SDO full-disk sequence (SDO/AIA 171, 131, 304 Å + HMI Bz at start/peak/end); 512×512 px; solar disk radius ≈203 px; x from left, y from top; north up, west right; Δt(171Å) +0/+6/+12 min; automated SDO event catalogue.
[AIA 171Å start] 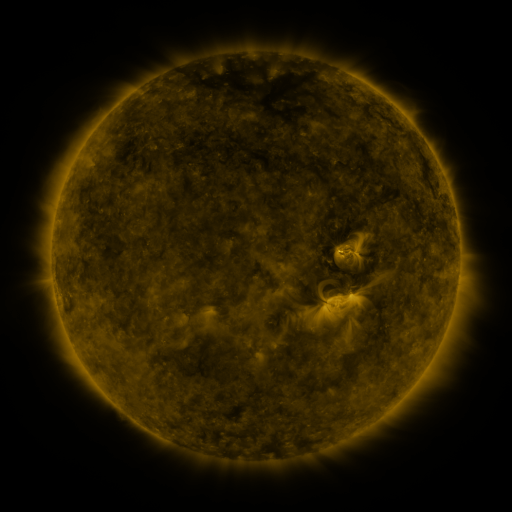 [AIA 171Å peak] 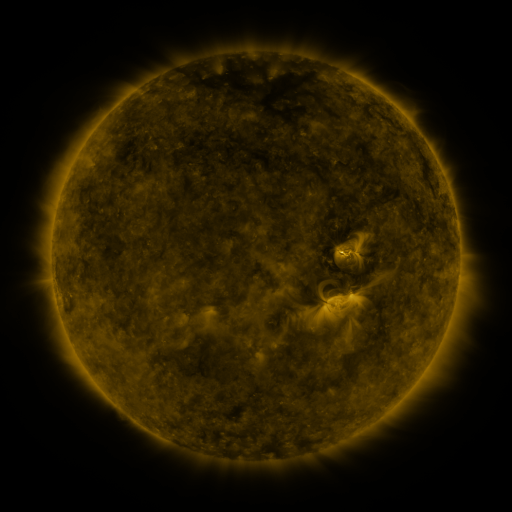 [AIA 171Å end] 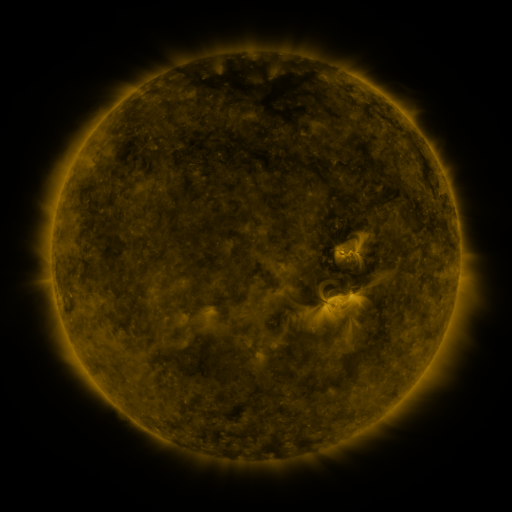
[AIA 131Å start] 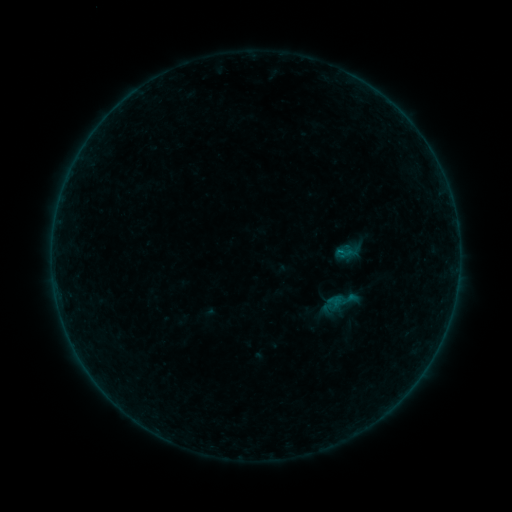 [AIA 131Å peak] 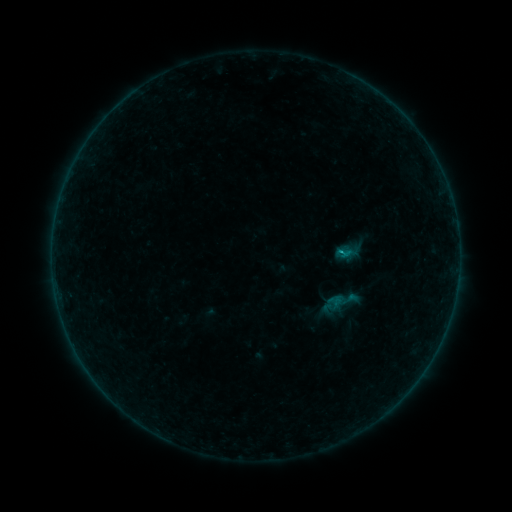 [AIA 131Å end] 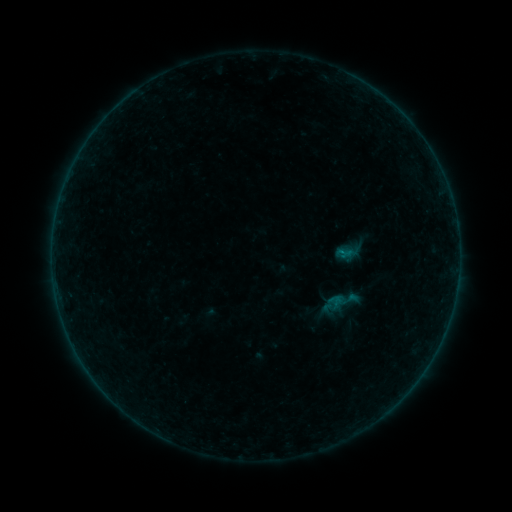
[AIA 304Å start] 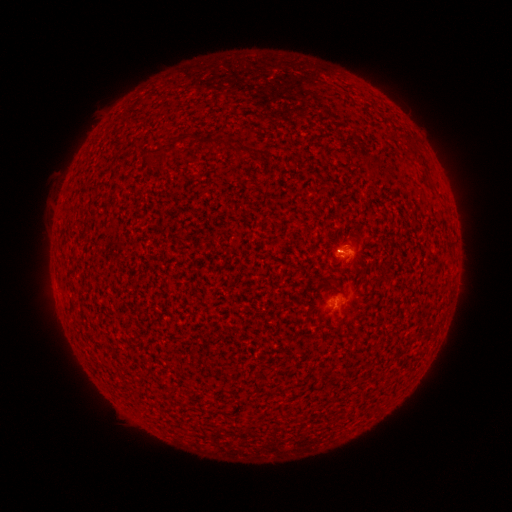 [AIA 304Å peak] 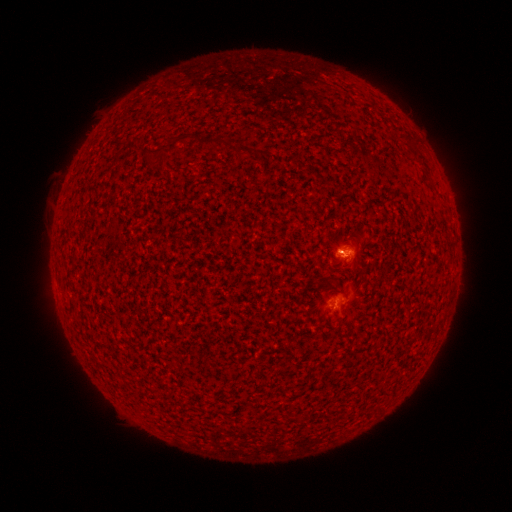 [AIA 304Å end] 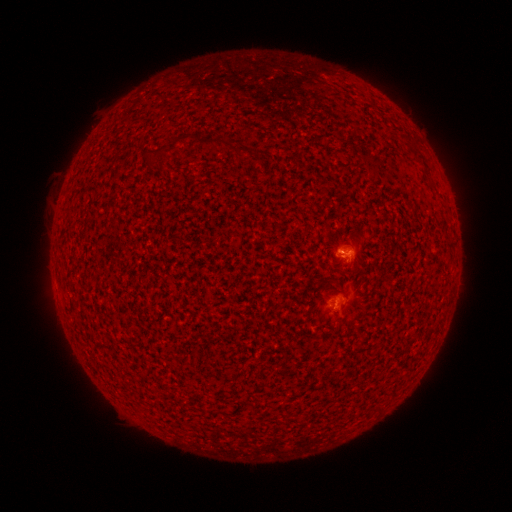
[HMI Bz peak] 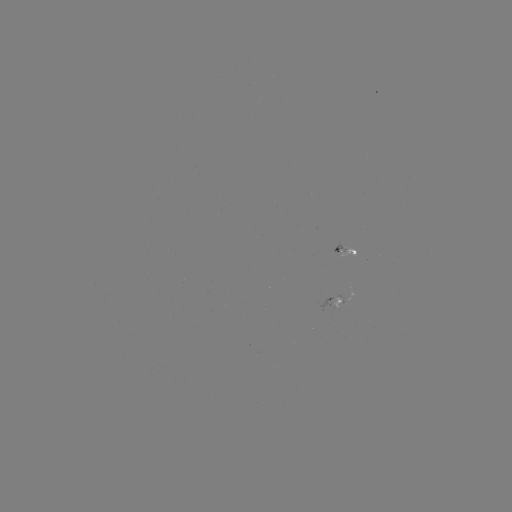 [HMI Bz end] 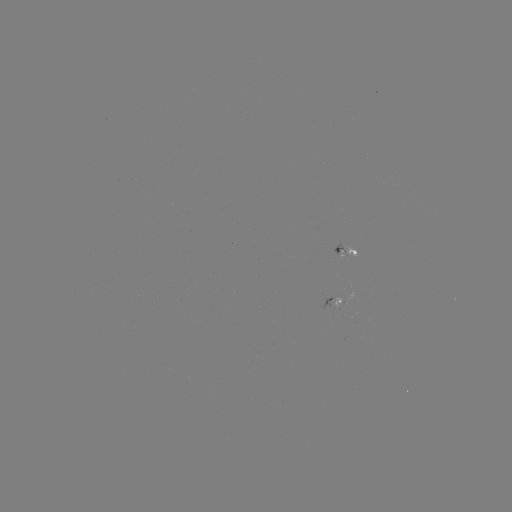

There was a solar flare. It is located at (338, 253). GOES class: B2.6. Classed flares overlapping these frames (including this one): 1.